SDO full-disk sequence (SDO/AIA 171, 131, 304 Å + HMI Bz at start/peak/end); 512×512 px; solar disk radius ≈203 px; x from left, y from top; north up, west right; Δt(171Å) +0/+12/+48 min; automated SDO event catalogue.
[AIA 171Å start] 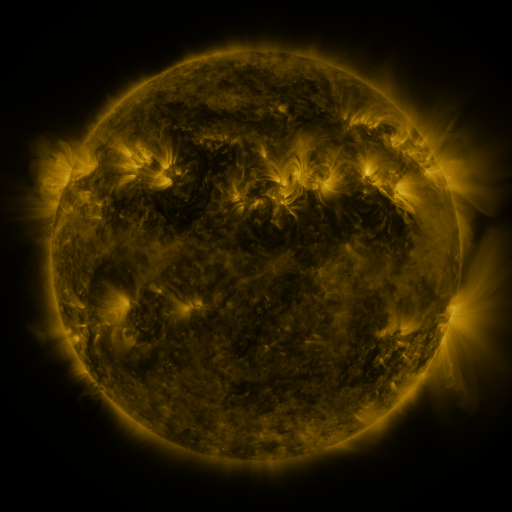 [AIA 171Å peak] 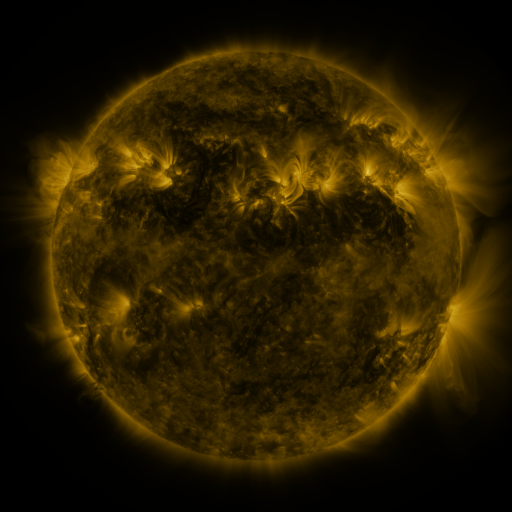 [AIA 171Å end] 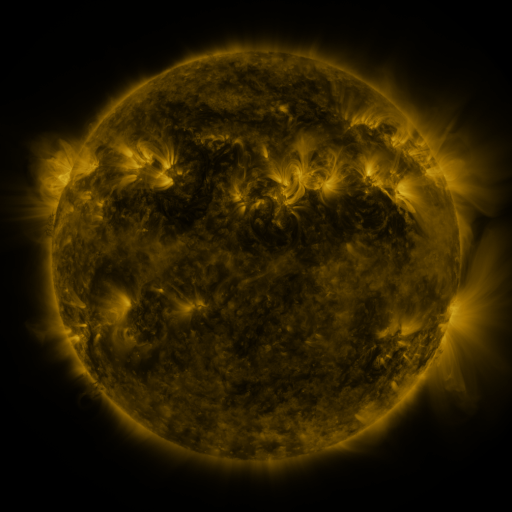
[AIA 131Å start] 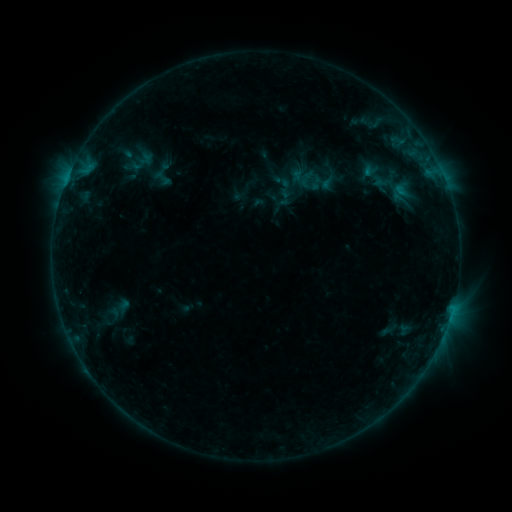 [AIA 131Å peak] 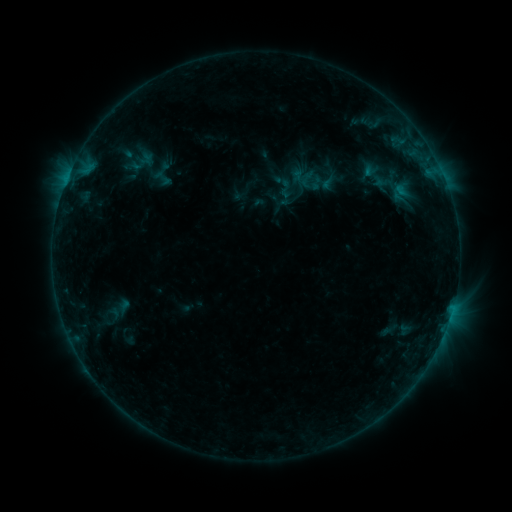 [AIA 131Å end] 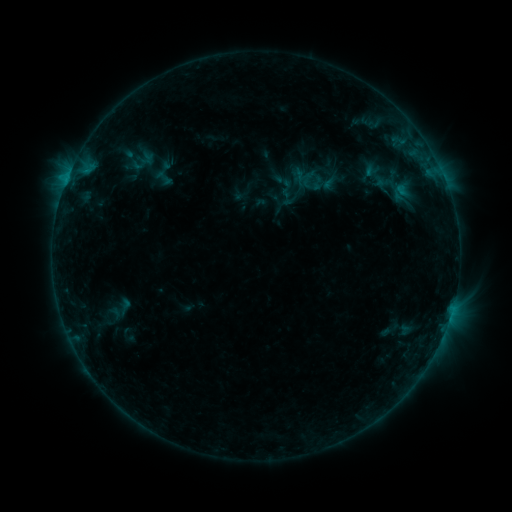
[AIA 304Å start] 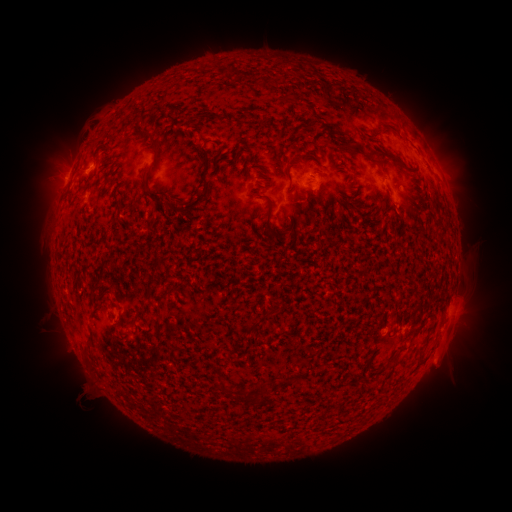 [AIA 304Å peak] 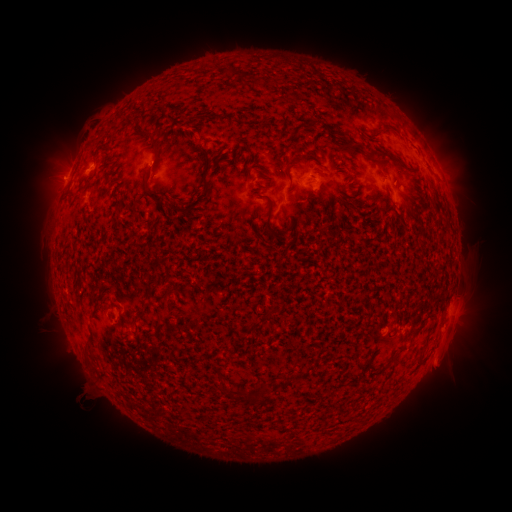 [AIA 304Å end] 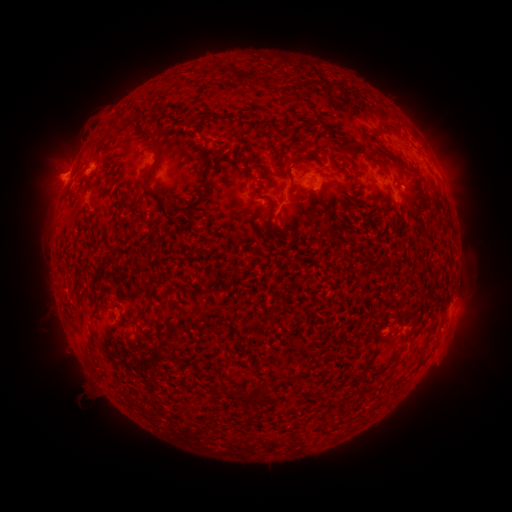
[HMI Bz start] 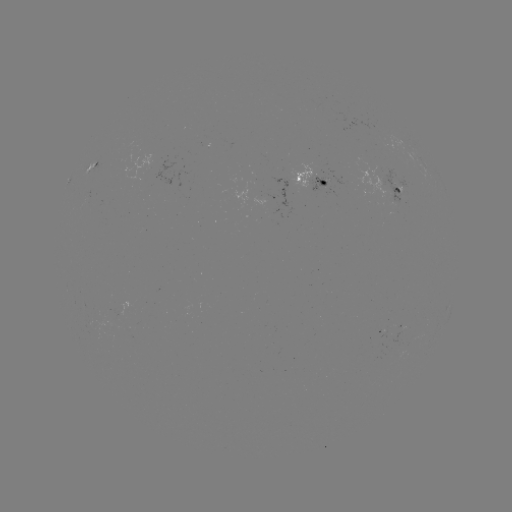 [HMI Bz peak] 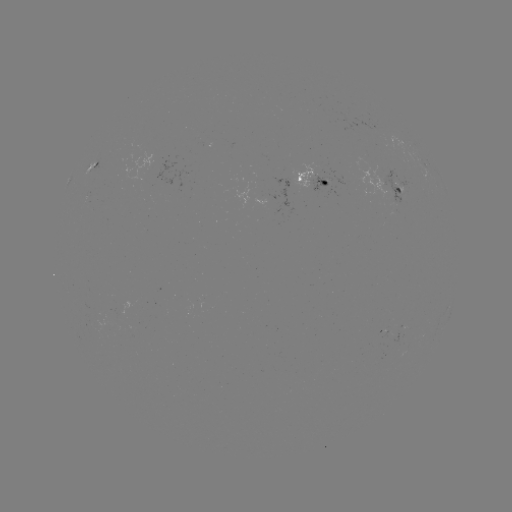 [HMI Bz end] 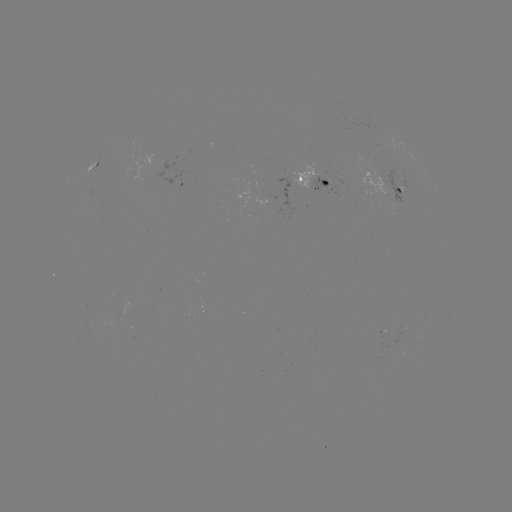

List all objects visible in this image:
emerging-flux region: (312, 185)
